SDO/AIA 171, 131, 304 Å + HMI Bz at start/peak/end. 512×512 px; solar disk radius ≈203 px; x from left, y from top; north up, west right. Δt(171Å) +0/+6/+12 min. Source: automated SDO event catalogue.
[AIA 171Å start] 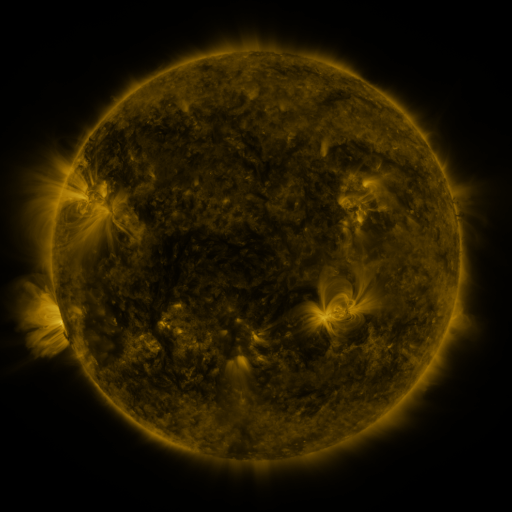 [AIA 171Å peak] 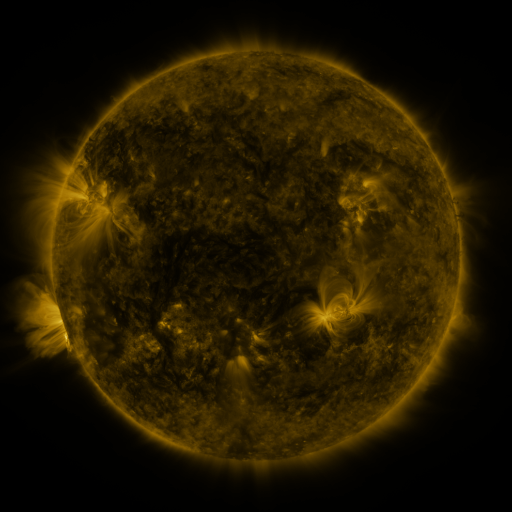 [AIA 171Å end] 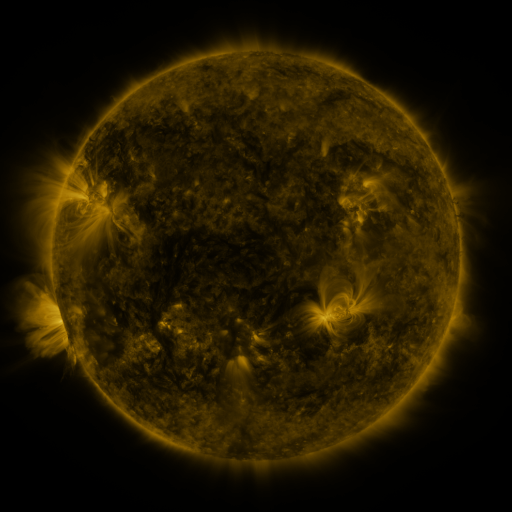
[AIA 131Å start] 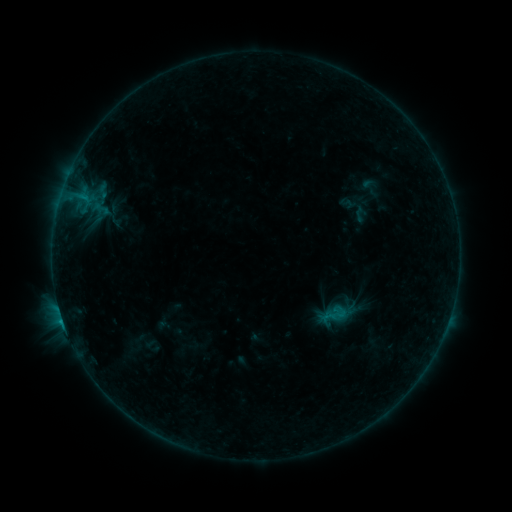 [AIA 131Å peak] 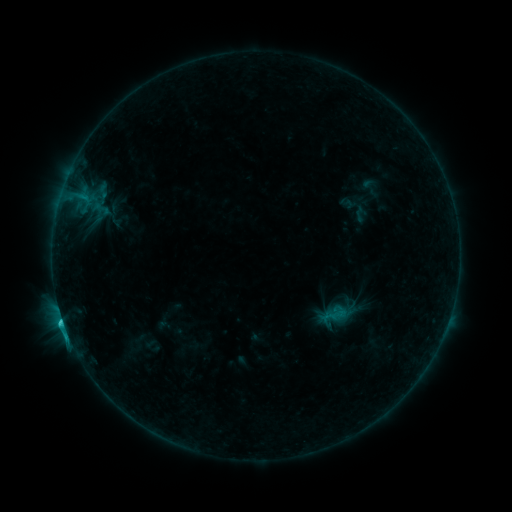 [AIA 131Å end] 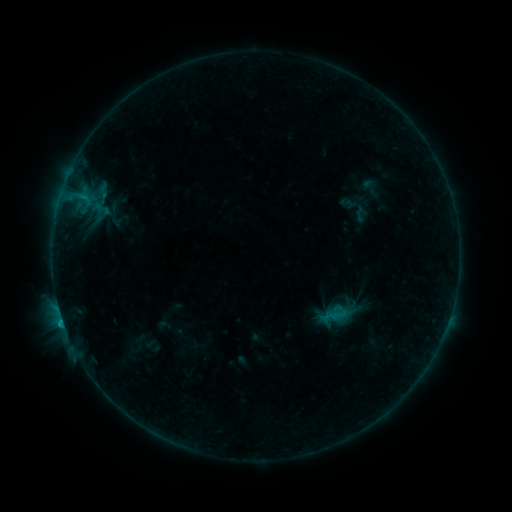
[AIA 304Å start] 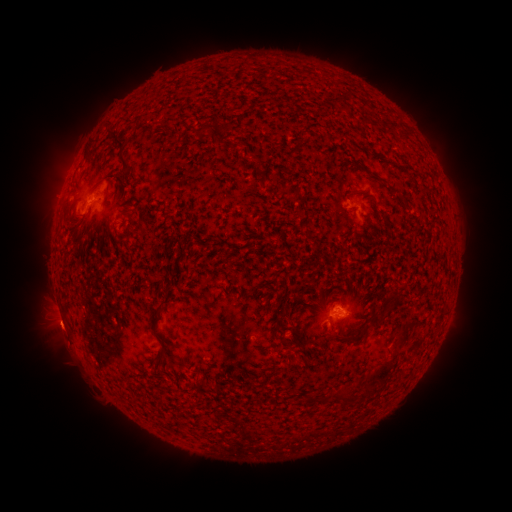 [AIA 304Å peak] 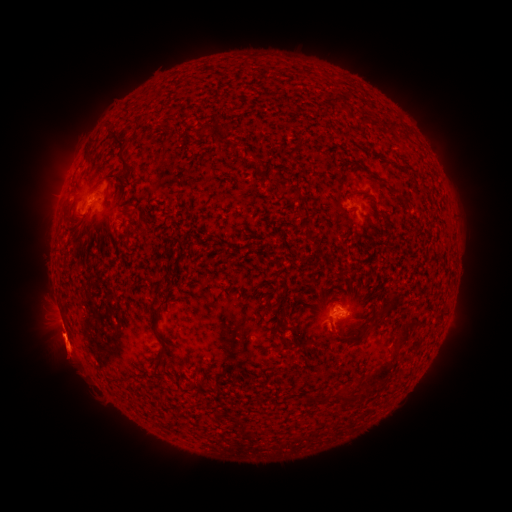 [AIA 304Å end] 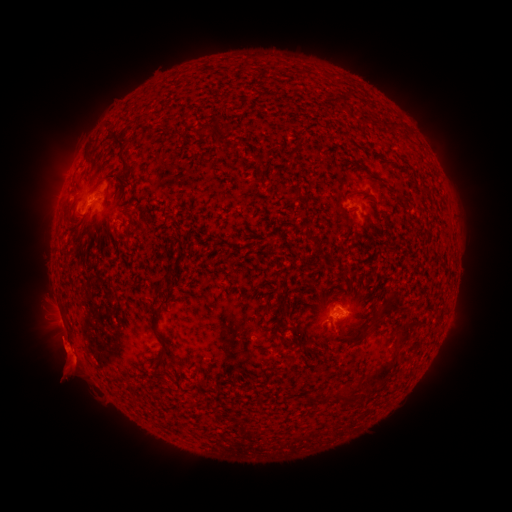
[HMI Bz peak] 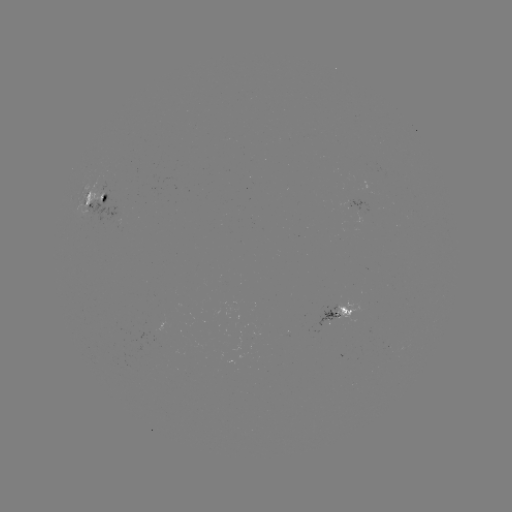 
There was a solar flare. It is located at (62, 318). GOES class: C1.2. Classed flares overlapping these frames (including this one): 1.